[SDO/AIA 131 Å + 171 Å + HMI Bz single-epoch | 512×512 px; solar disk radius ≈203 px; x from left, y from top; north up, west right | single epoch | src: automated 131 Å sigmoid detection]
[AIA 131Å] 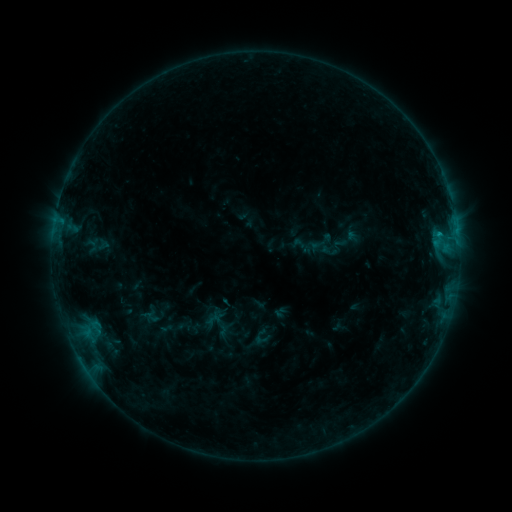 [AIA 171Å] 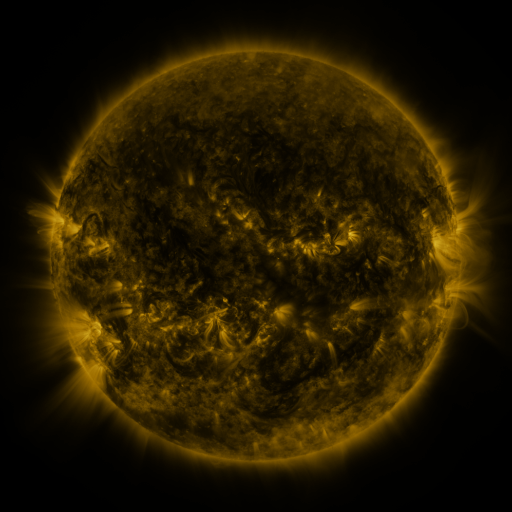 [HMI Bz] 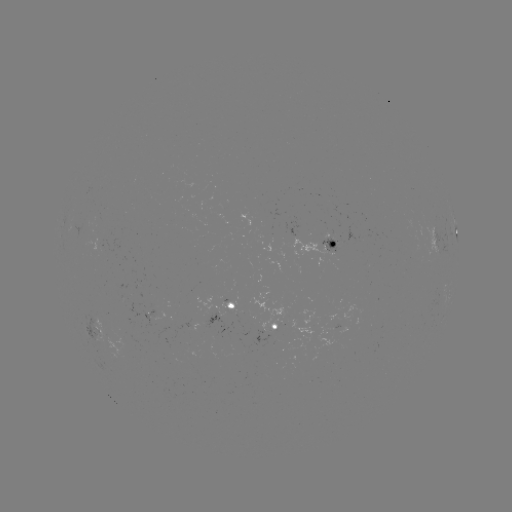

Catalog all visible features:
sigmoid: <bbox>88, 232, 110, 261</bbox>
sigmoid: <bbox>207, 308, 238, 338</bbox>
